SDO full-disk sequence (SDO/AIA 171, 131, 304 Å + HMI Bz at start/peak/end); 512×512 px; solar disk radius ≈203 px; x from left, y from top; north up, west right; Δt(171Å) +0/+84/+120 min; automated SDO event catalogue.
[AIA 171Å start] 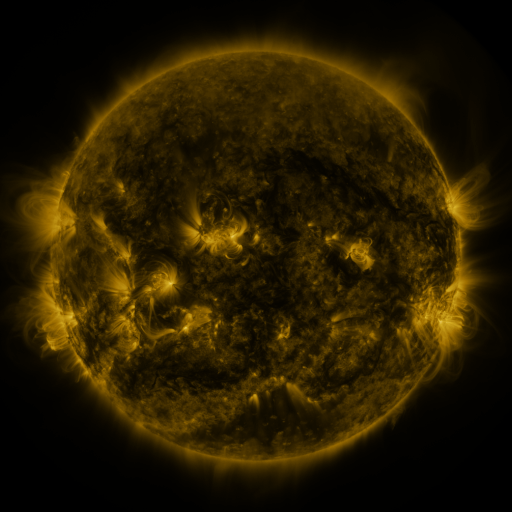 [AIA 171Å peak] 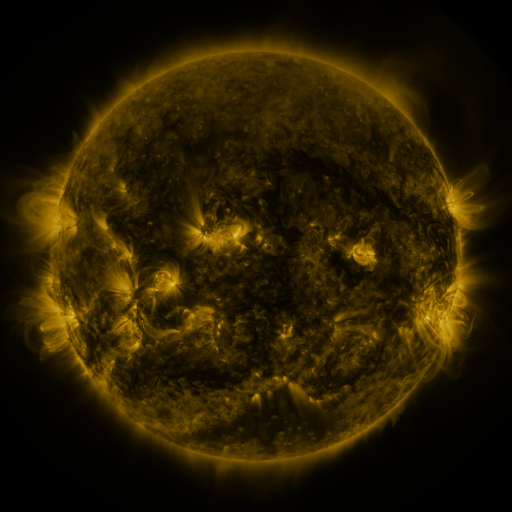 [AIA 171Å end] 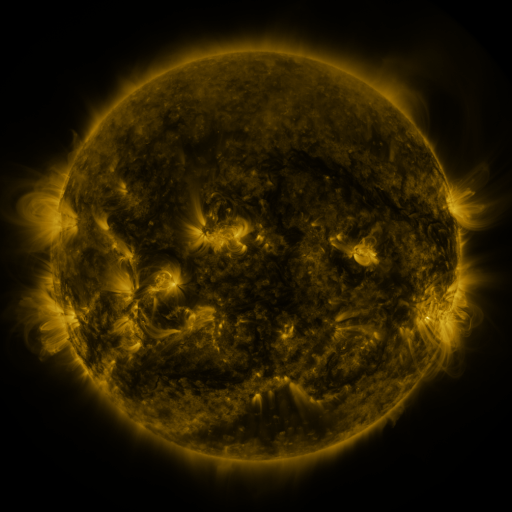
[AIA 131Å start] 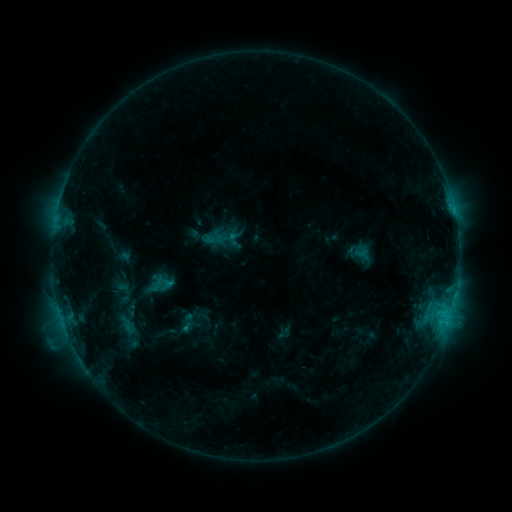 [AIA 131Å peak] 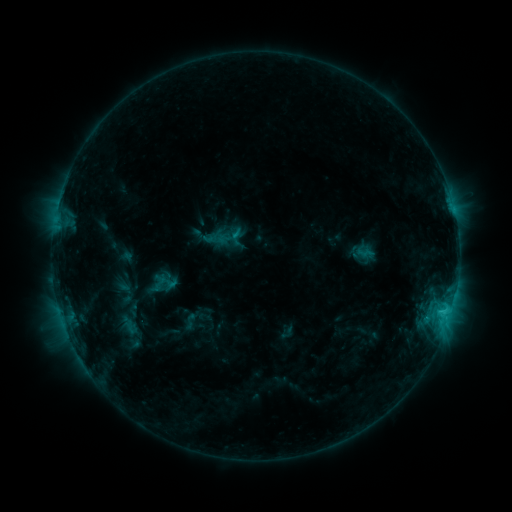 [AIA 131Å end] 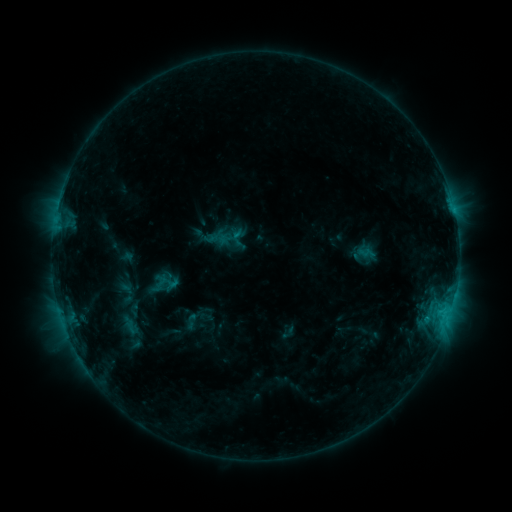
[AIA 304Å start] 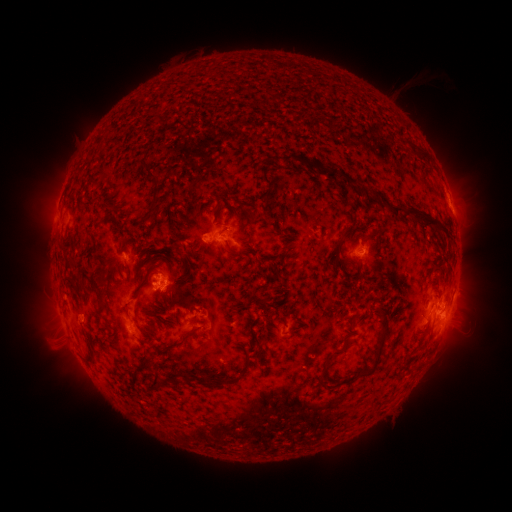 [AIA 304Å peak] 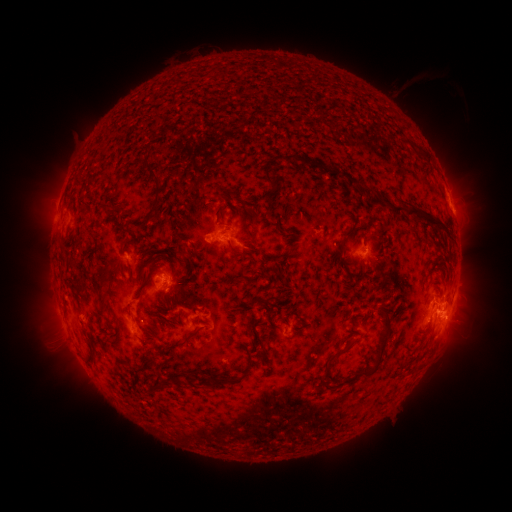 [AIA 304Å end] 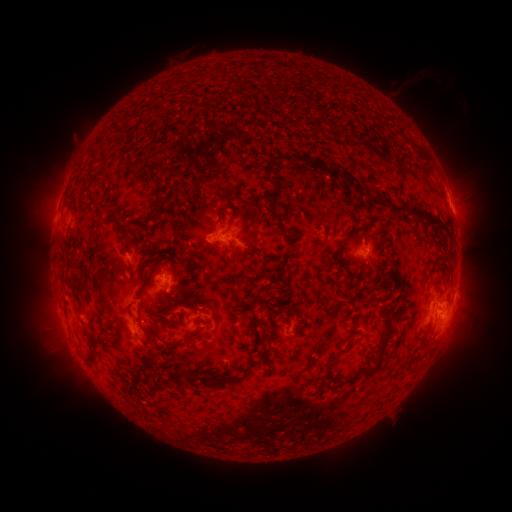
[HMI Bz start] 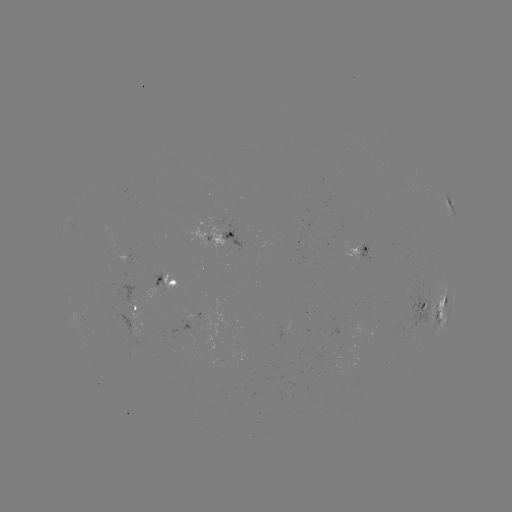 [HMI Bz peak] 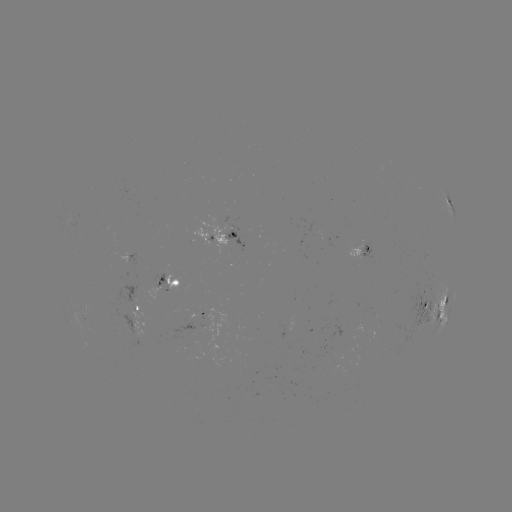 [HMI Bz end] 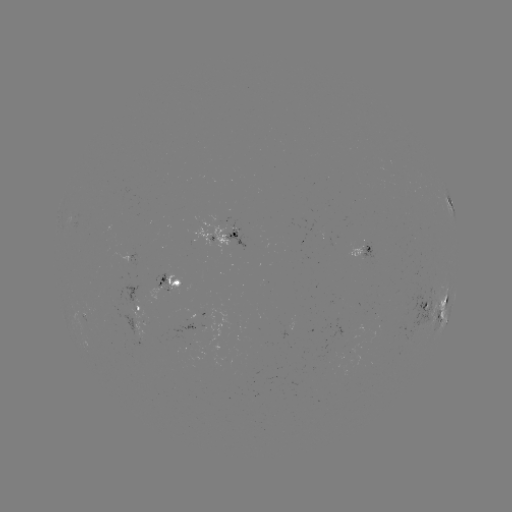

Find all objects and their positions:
emerging-flux region: (364, 246)
